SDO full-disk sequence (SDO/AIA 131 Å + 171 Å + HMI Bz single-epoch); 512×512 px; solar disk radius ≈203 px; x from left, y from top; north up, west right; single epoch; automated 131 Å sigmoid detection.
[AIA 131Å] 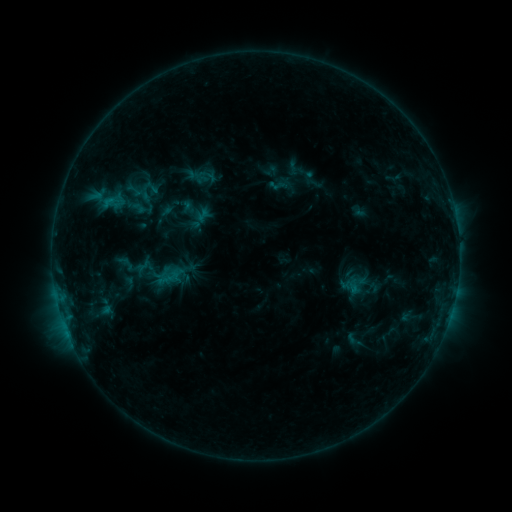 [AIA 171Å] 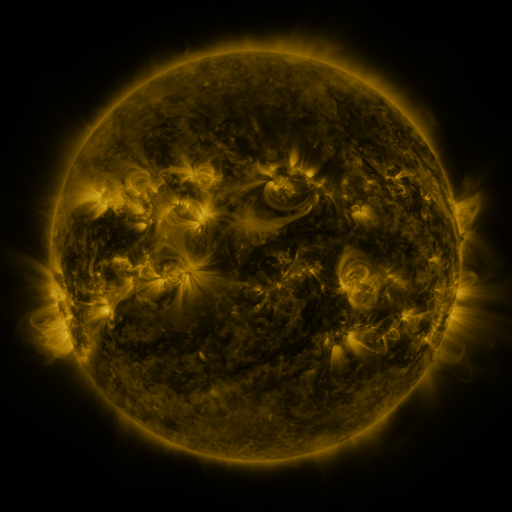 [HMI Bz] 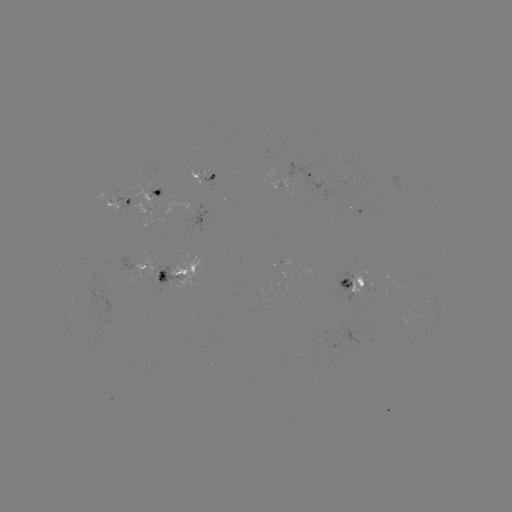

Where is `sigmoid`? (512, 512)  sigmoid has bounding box [131, 259, 155, 280].